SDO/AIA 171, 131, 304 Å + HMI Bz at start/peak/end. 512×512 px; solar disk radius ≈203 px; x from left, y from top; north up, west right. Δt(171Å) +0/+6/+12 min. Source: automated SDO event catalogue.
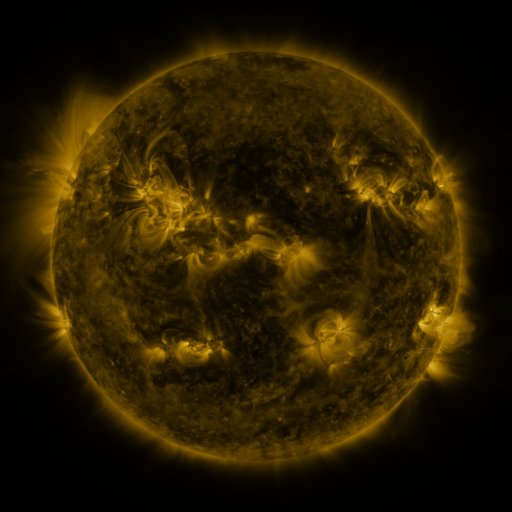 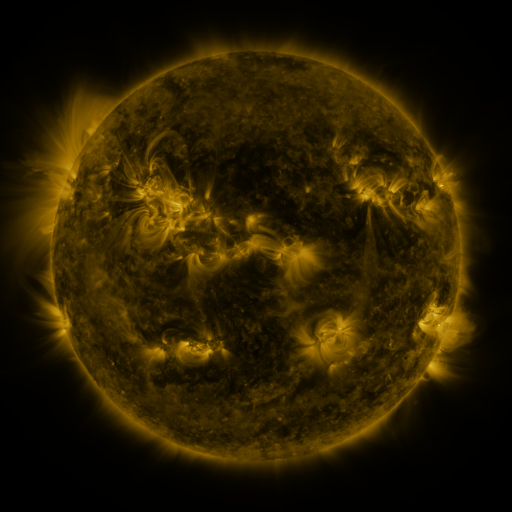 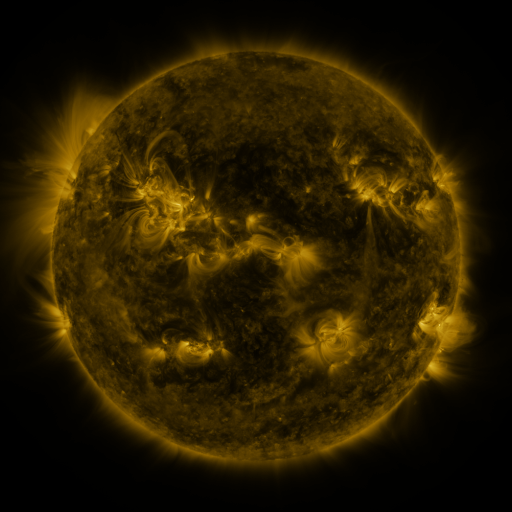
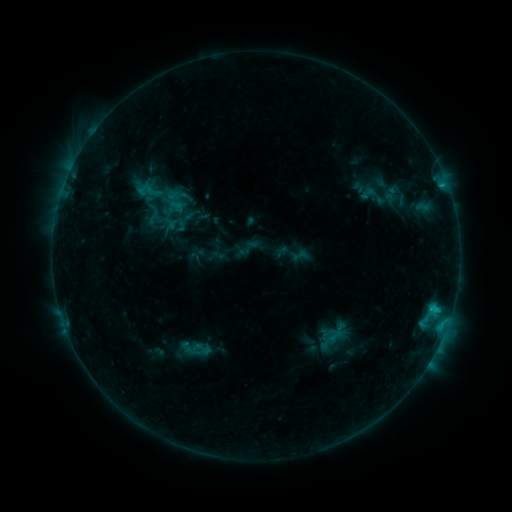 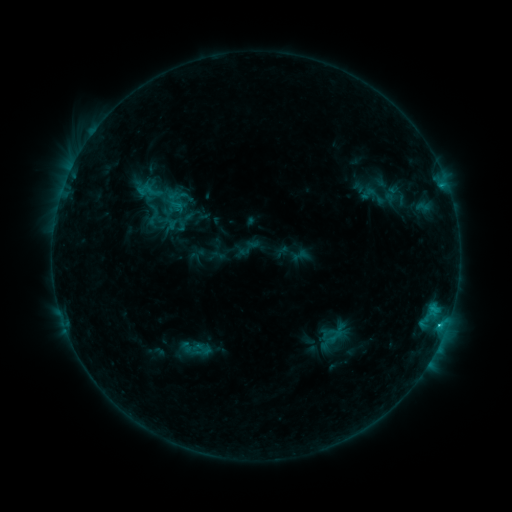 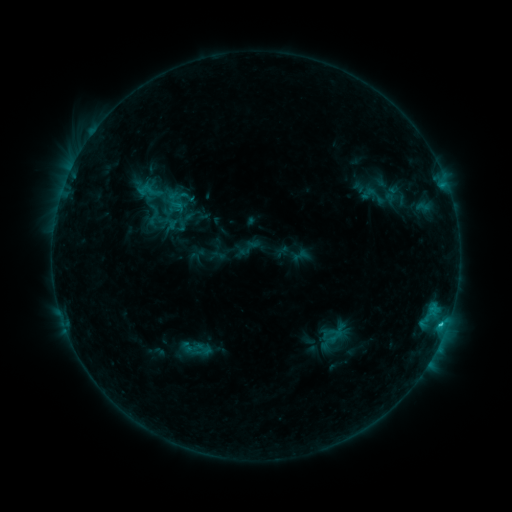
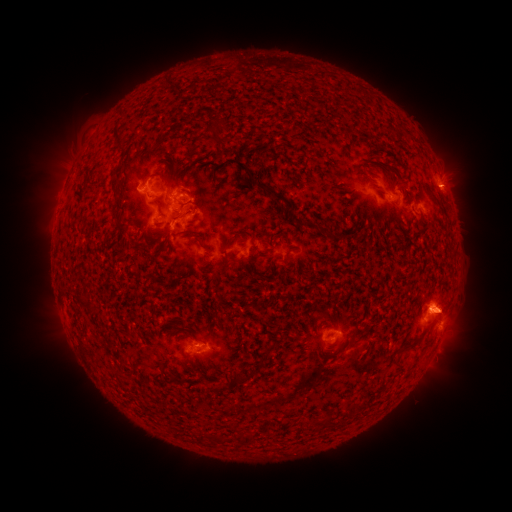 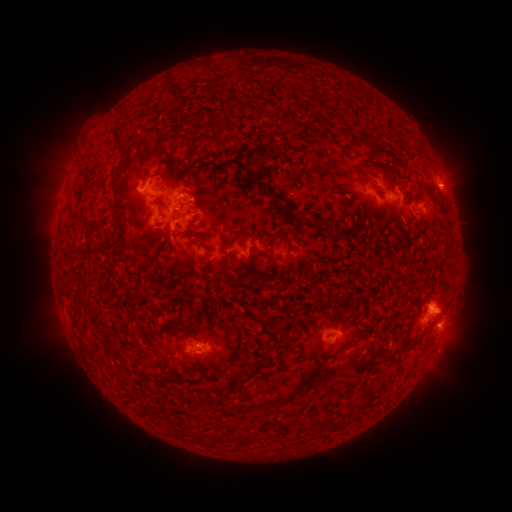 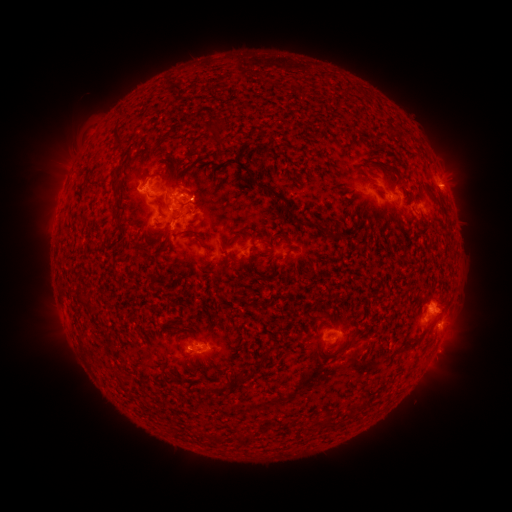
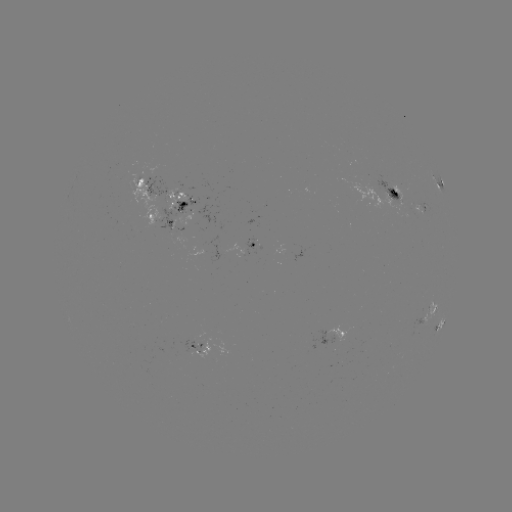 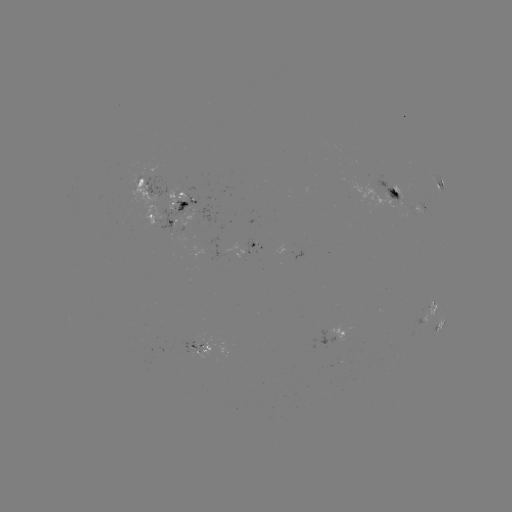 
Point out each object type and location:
C2.0 flare: (438, 323)
